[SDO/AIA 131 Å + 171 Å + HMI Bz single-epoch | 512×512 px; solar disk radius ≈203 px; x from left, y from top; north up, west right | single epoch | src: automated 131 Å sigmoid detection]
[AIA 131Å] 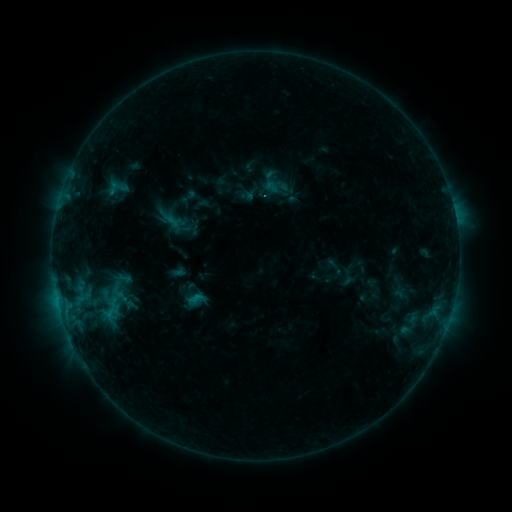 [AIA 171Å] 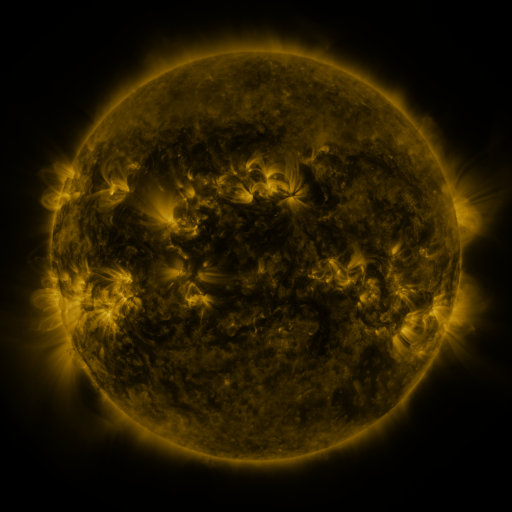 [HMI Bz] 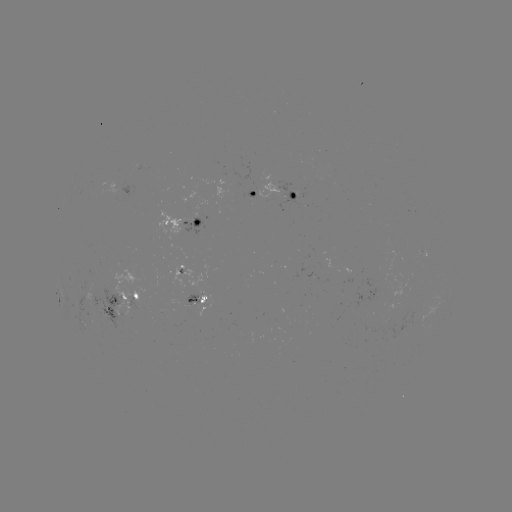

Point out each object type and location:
sigmoid: (118, 183)
sigmoid: (195, 302)
